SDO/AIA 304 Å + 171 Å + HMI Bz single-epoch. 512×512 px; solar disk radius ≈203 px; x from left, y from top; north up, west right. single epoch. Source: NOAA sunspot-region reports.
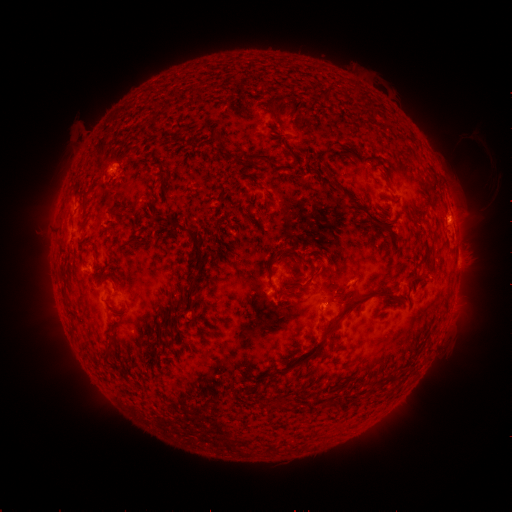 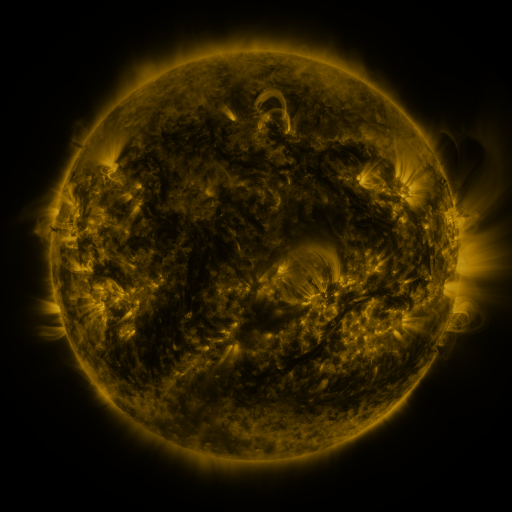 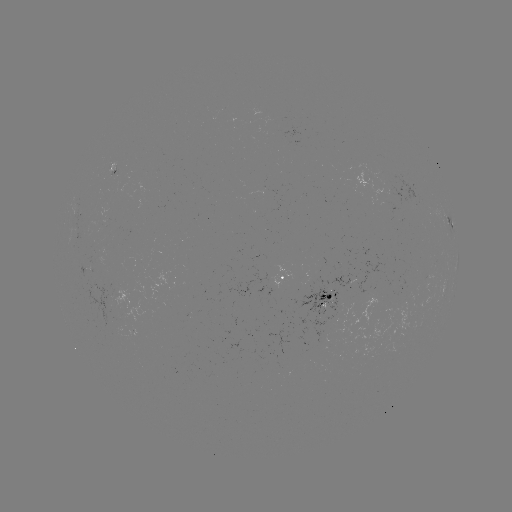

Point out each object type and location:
spotted active region: (111, 170)
spotted active region: (449, 219)
spotted active region: (287, 278)
spotted active region: (335, 297)
